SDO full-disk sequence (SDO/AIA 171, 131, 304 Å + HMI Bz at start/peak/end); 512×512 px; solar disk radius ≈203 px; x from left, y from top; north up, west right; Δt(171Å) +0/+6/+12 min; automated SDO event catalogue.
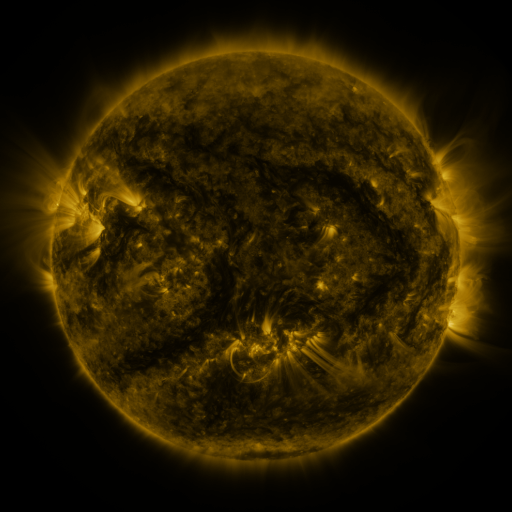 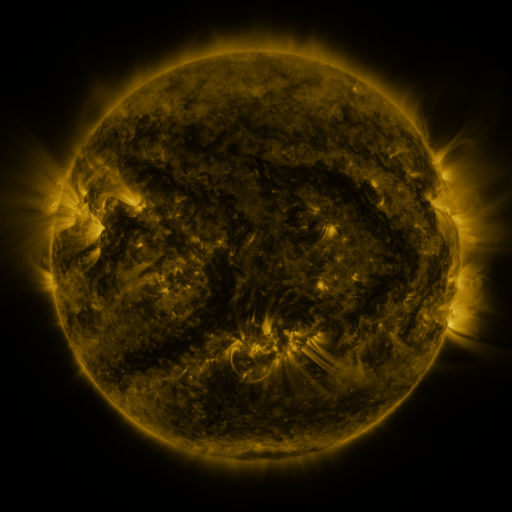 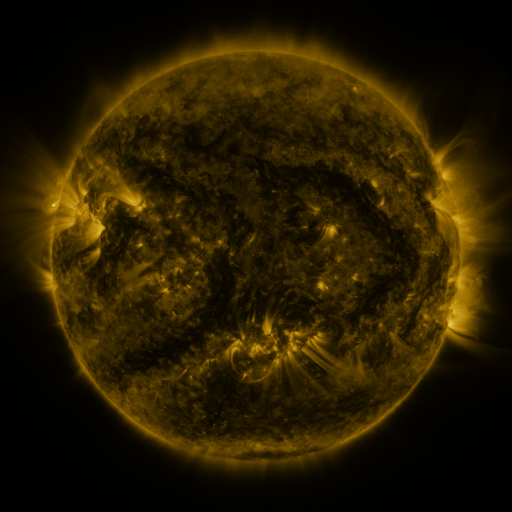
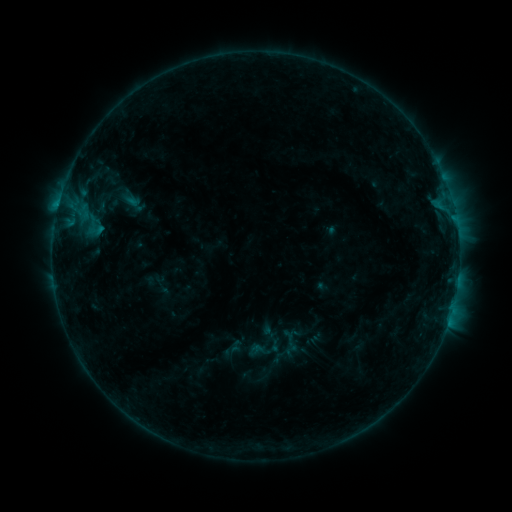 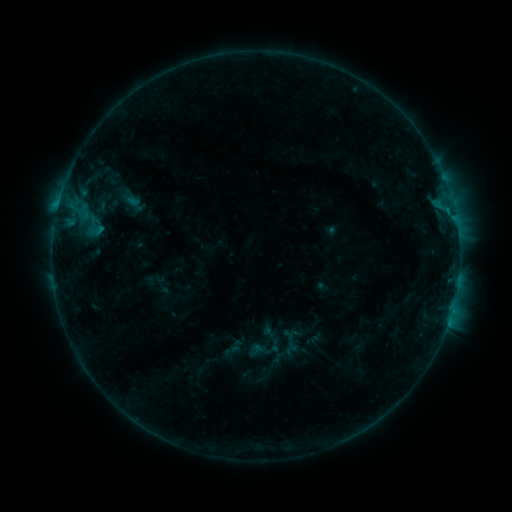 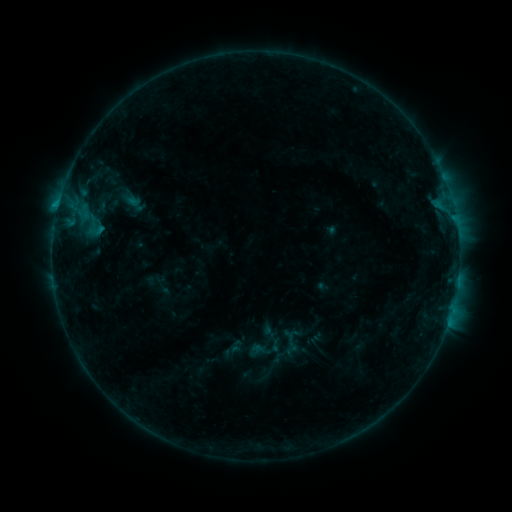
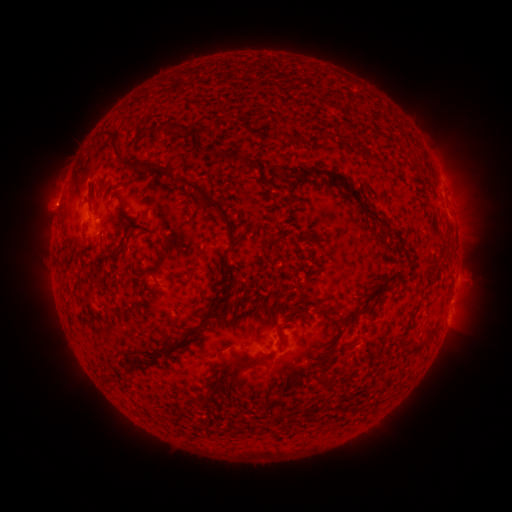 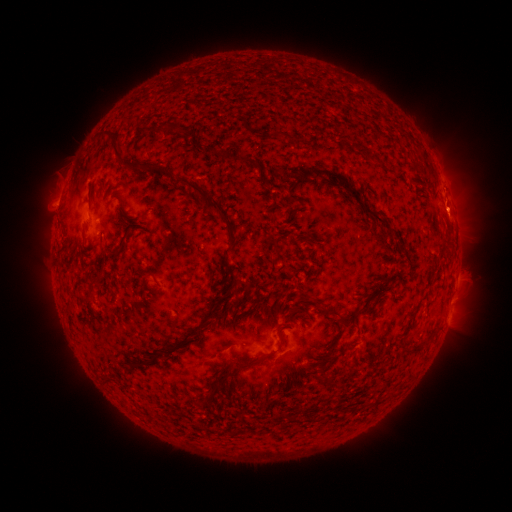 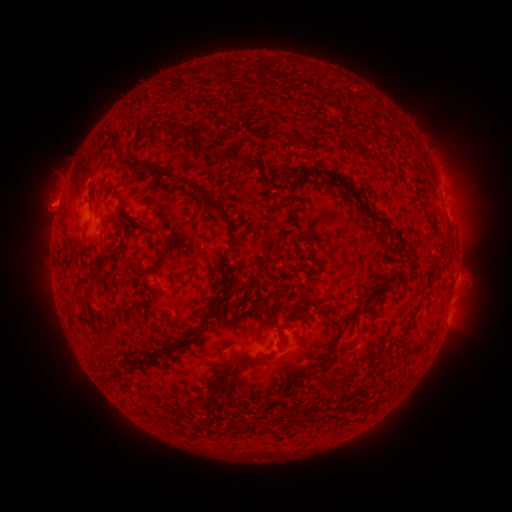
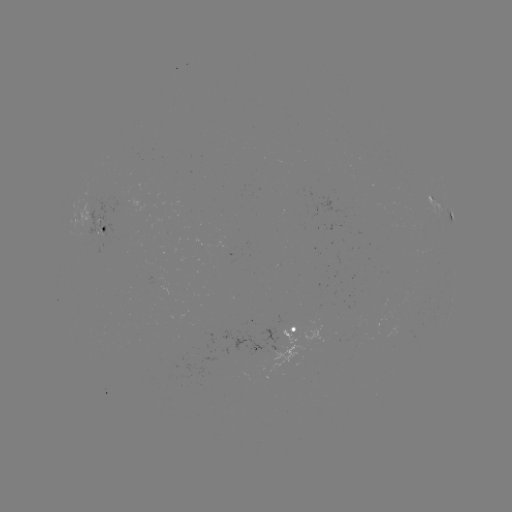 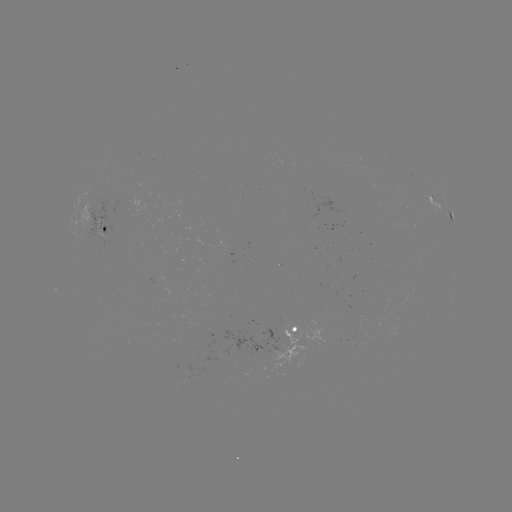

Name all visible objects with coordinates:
eruption: (455, 204)
